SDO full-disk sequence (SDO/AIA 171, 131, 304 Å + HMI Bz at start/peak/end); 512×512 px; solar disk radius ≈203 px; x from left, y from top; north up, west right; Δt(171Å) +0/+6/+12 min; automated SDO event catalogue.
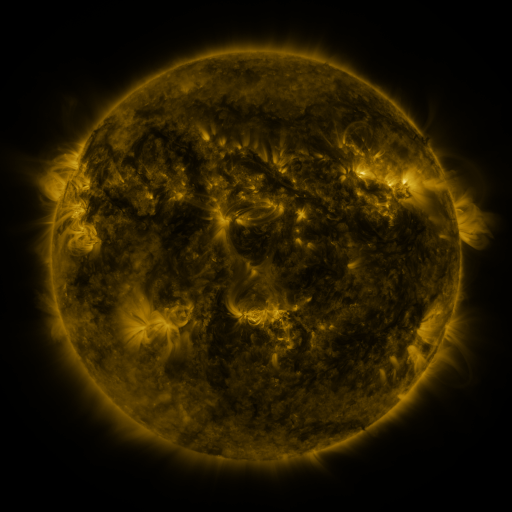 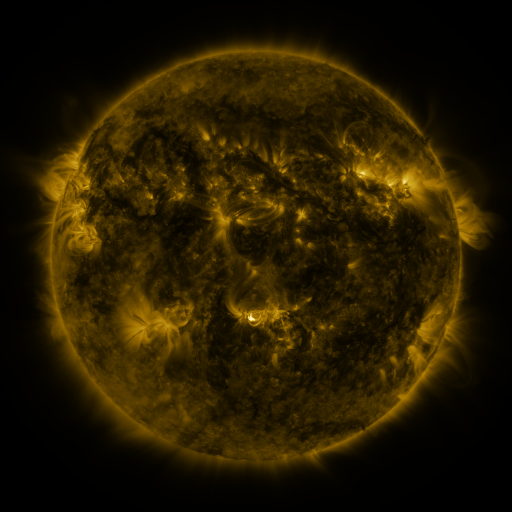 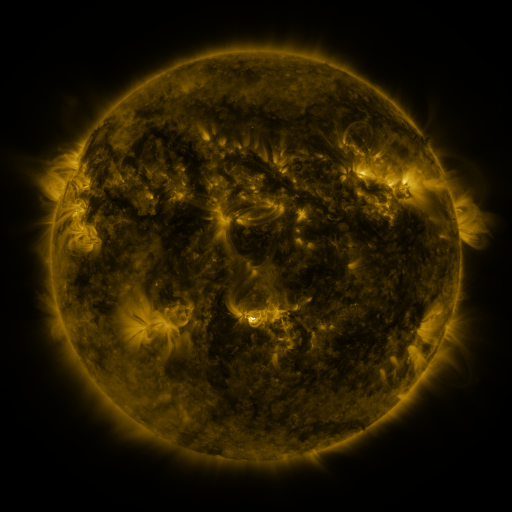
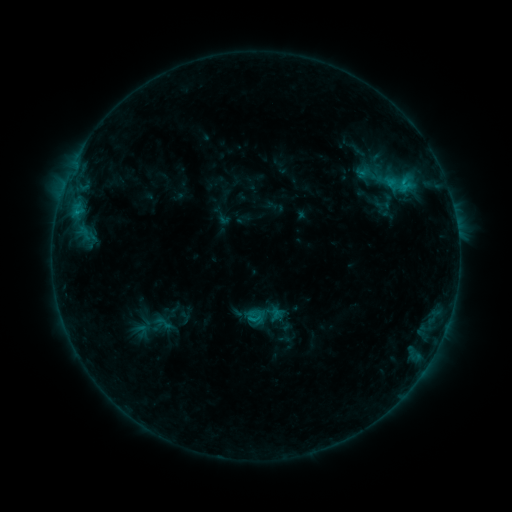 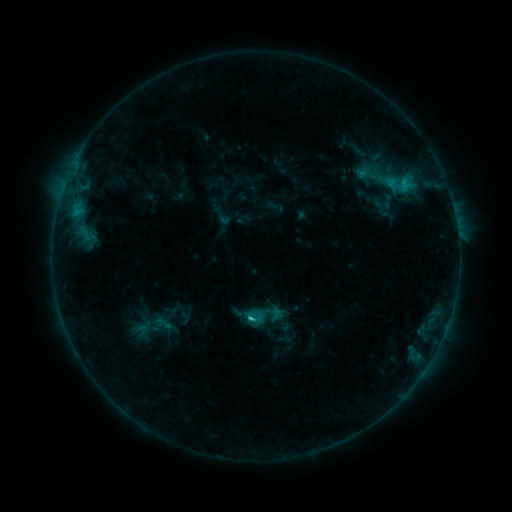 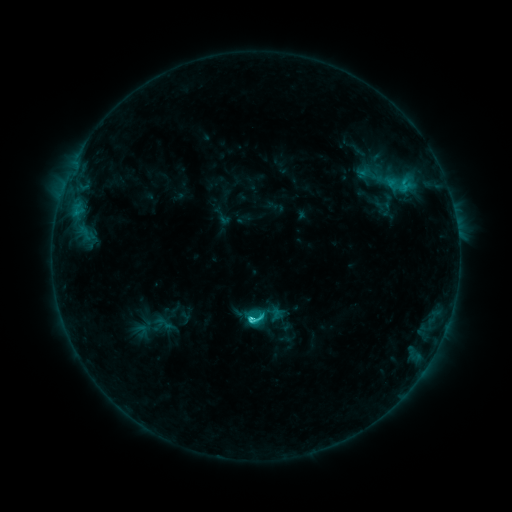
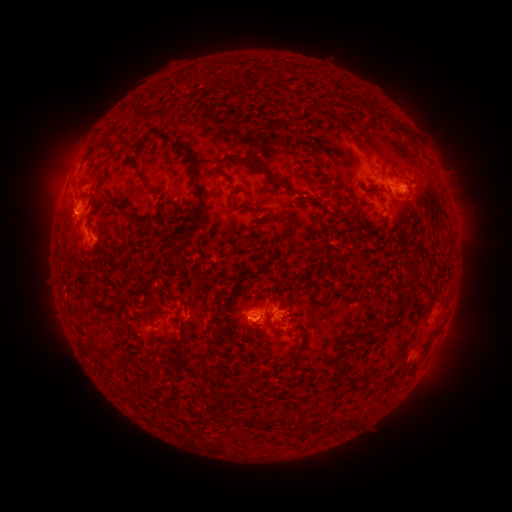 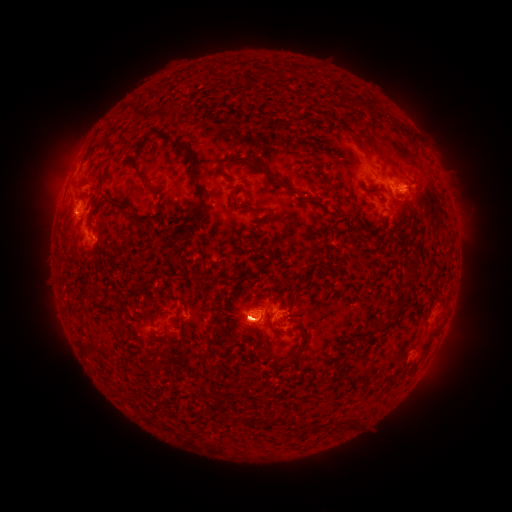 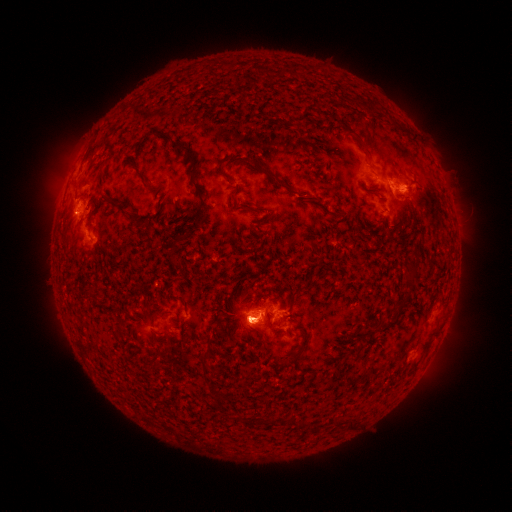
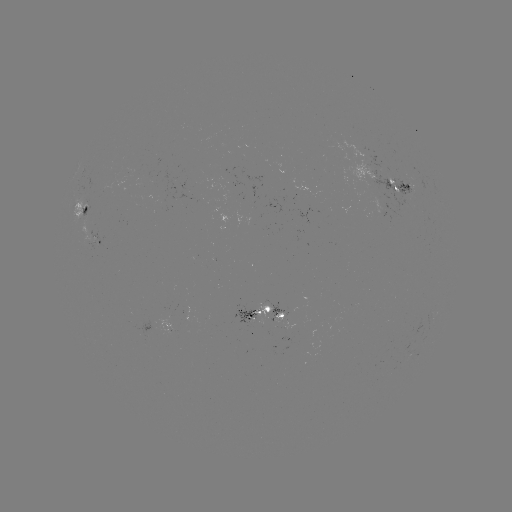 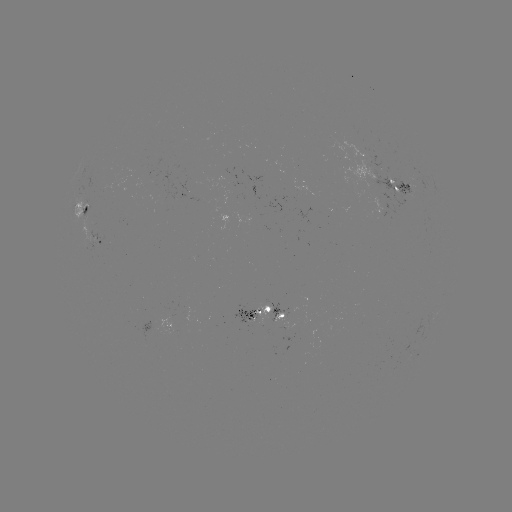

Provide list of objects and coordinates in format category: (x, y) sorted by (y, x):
C3.6 flare: (252, 316)
